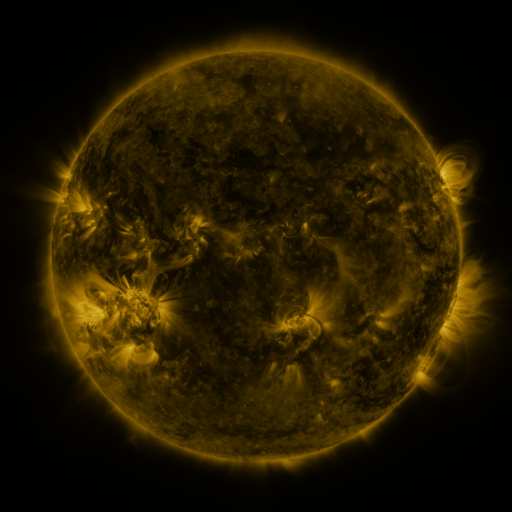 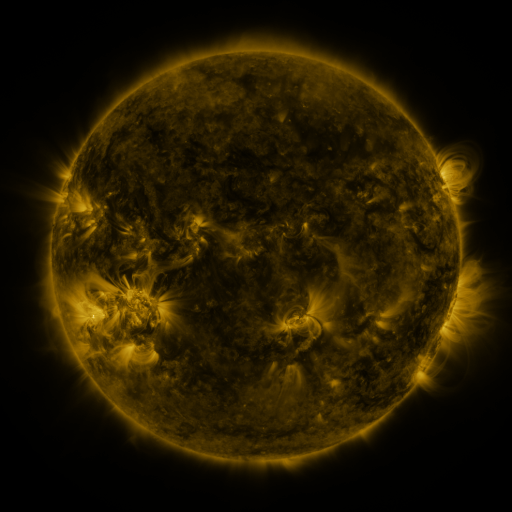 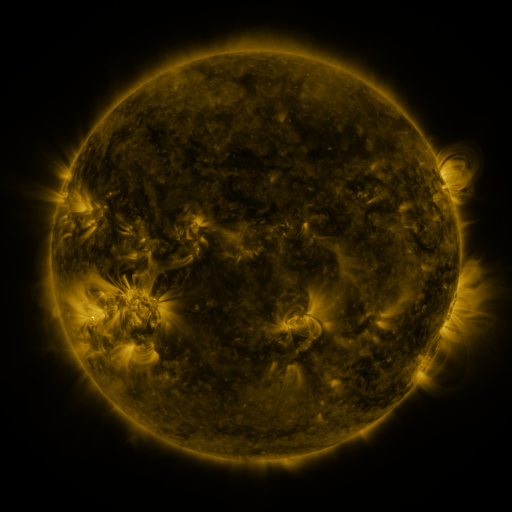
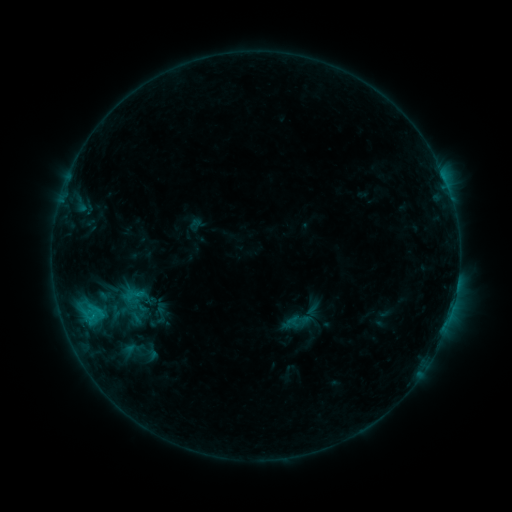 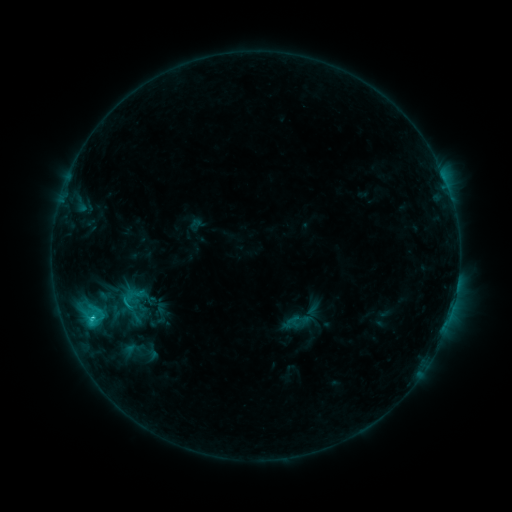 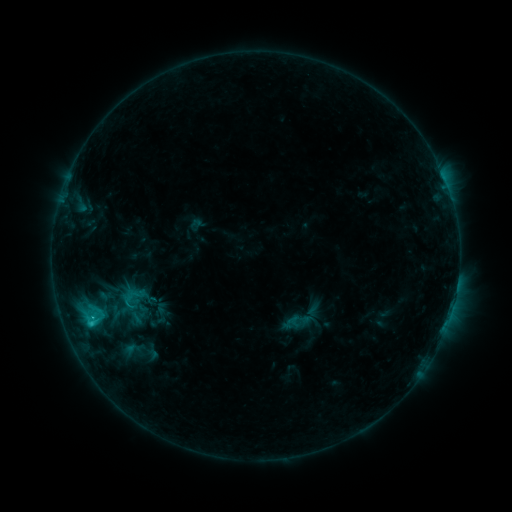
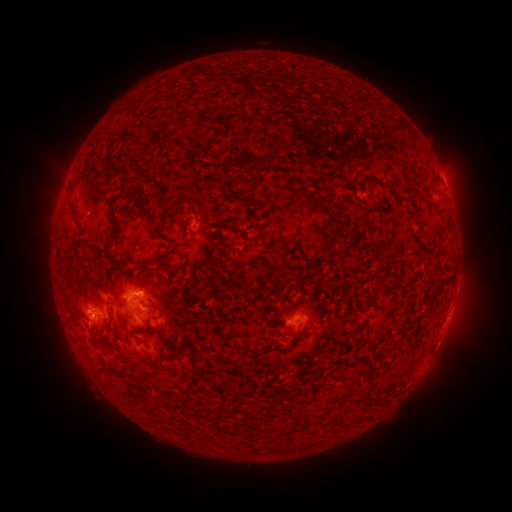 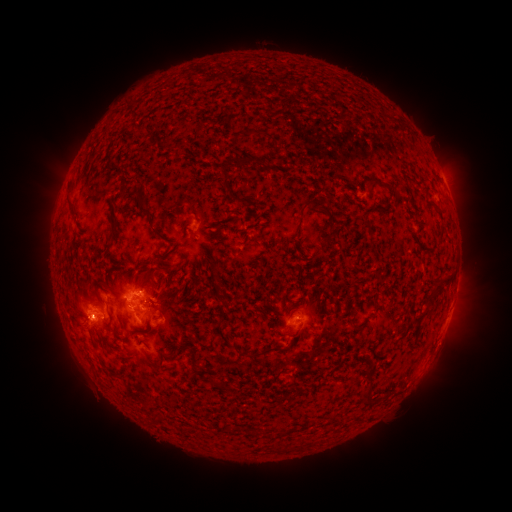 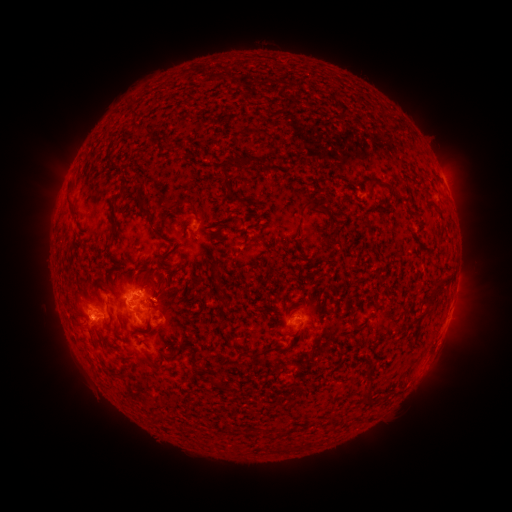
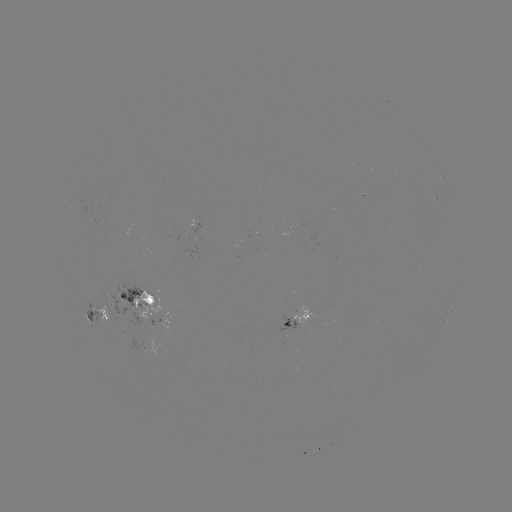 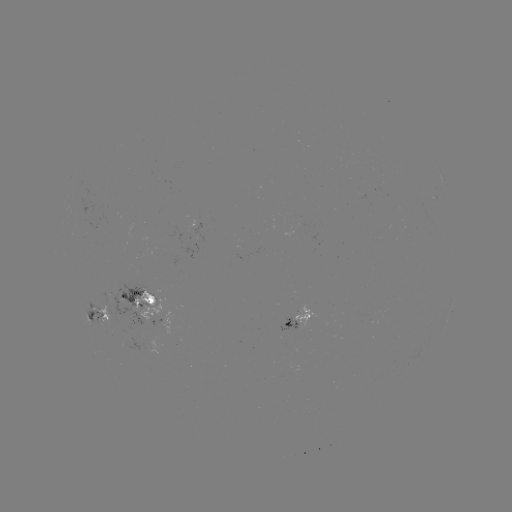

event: flare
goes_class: C2.2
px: (91, 318)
